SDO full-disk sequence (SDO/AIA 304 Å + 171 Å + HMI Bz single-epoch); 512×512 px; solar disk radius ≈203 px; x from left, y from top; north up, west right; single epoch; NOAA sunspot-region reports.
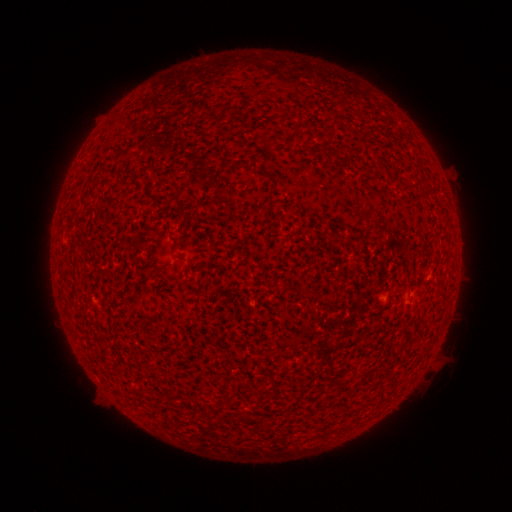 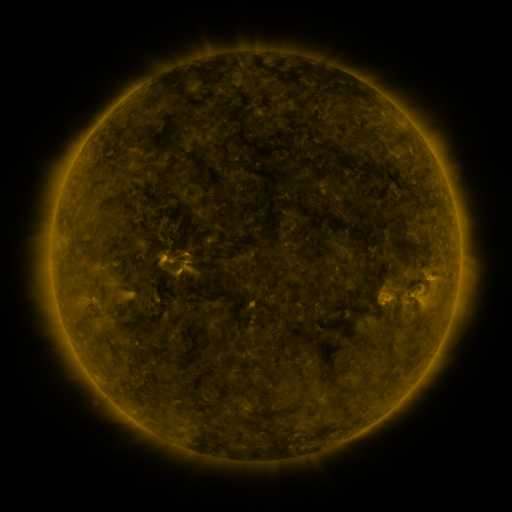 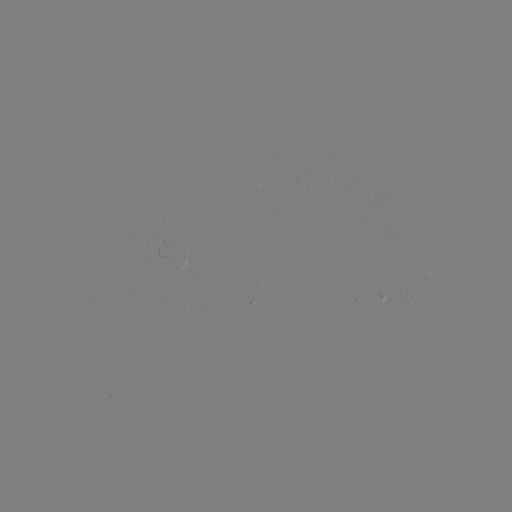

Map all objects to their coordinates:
(none)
